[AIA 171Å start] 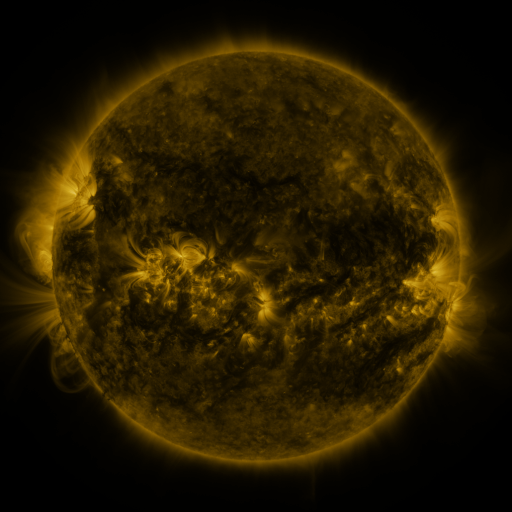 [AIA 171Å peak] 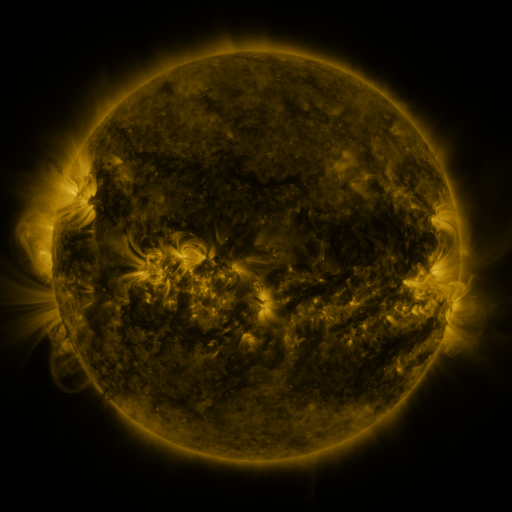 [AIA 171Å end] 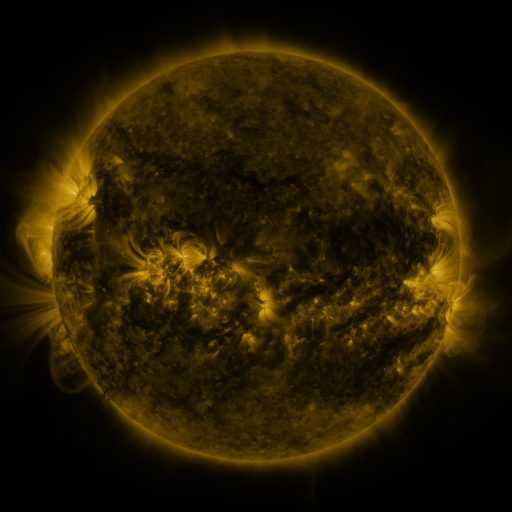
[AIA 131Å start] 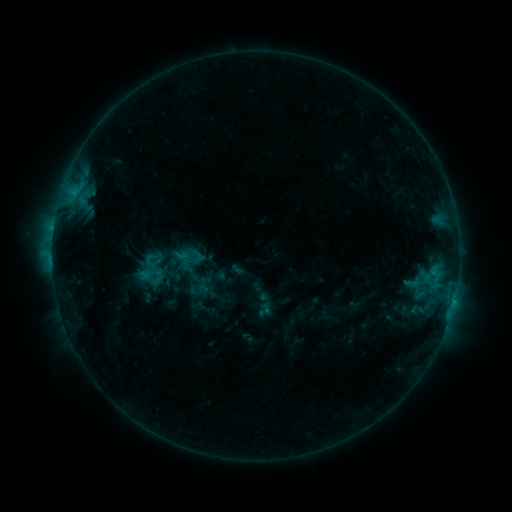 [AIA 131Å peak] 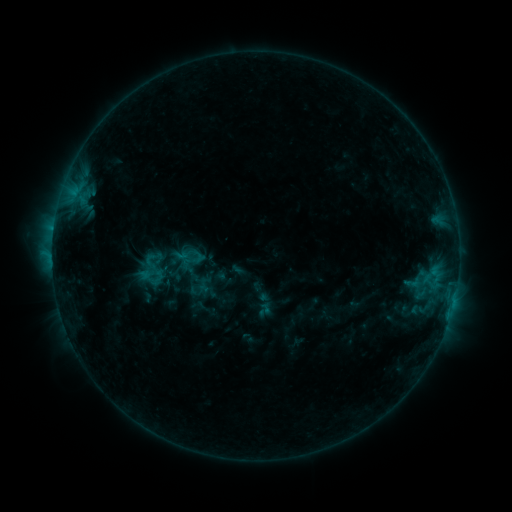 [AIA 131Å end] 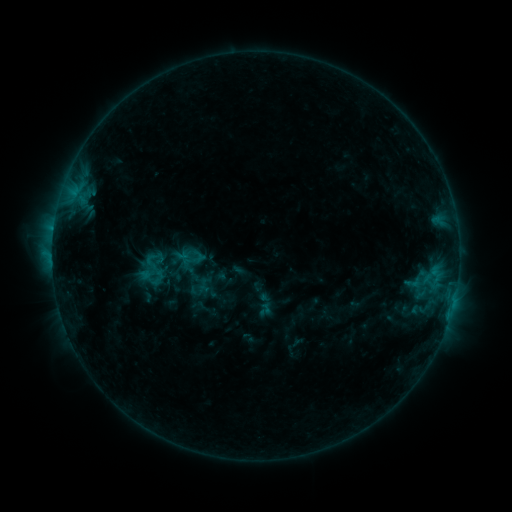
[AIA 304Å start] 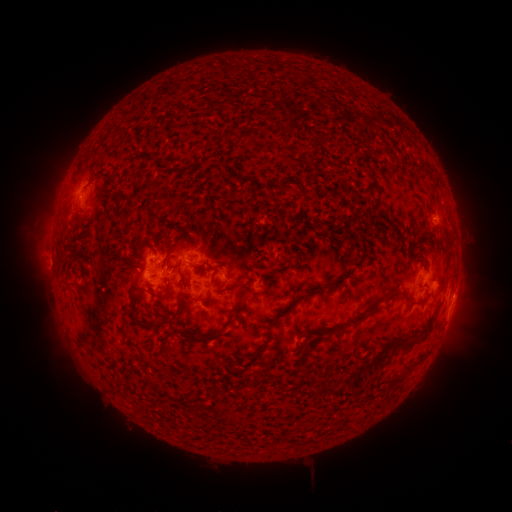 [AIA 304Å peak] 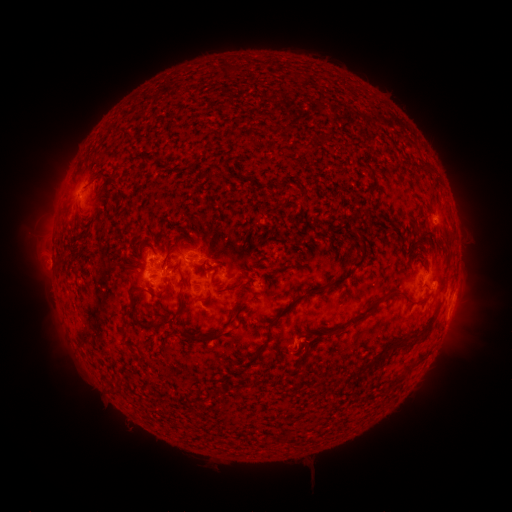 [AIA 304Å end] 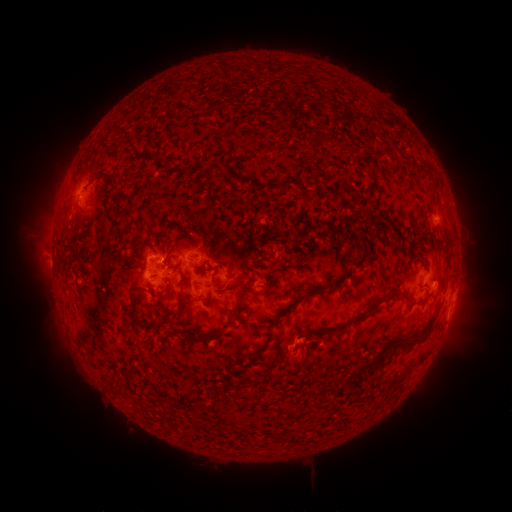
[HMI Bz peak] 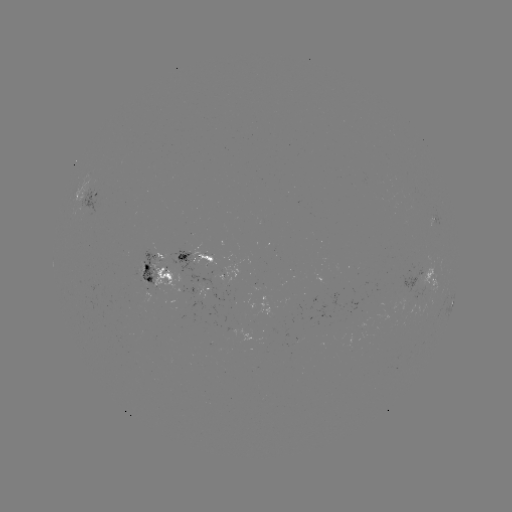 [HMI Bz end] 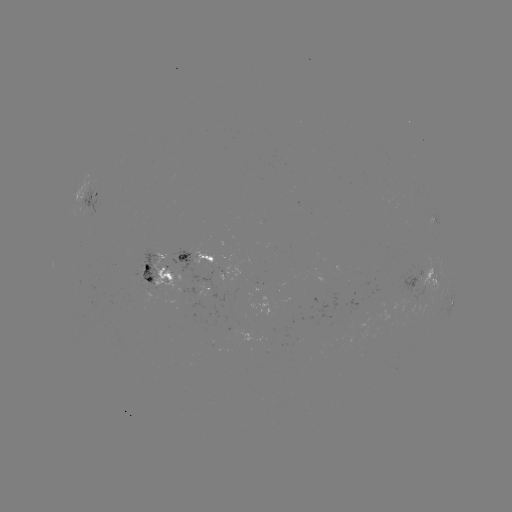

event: eruption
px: (301, 356)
